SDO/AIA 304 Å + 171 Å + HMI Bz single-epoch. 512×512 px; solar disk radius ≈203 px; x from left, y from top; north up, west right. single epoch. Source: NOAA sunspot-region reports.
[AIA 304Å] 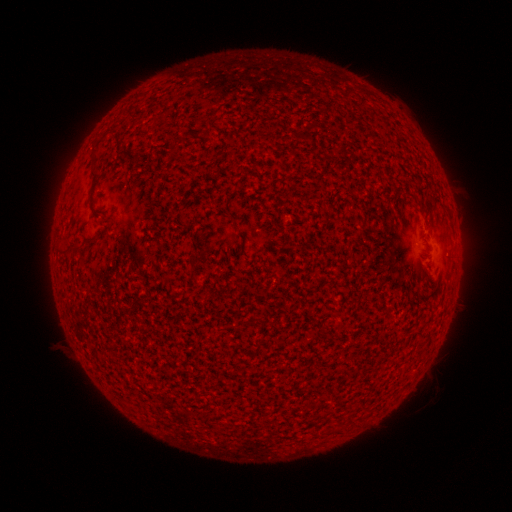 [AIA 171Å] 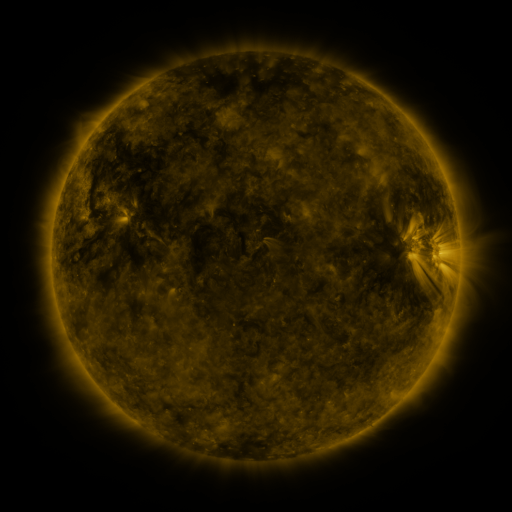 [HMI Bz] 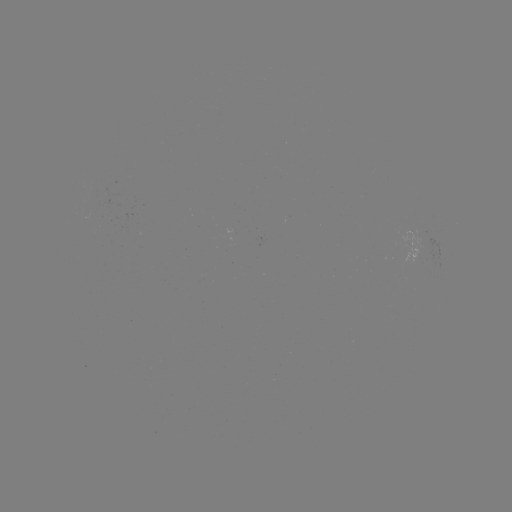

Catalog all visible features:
(none)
